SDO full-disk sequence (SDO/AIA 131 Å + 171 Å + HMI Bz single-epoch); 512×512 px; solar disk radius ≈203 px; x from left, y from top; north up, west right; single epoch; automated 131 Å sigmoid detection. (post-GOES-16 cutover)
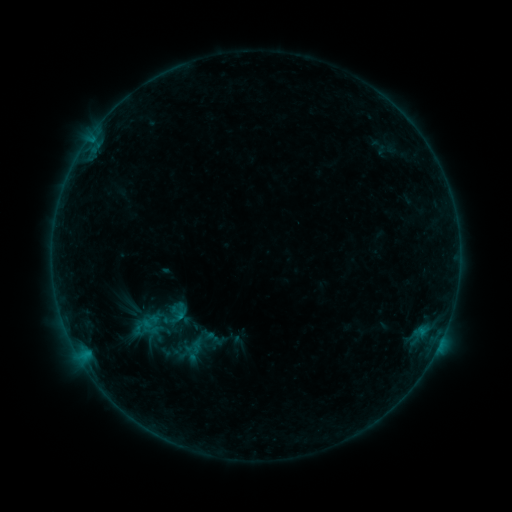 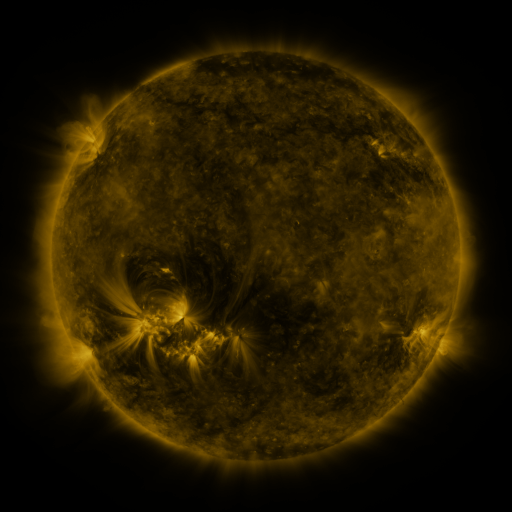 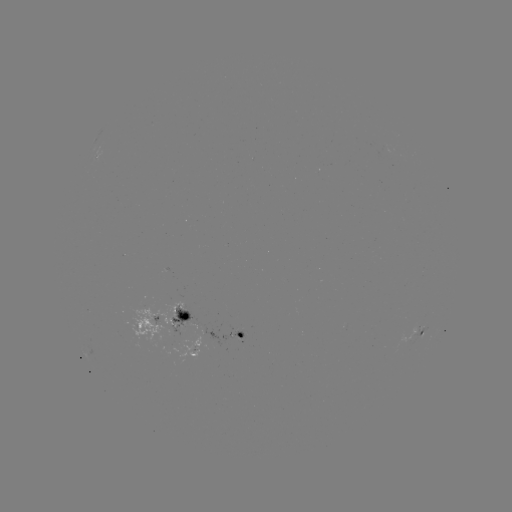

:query sigmoid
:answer (155, 324)